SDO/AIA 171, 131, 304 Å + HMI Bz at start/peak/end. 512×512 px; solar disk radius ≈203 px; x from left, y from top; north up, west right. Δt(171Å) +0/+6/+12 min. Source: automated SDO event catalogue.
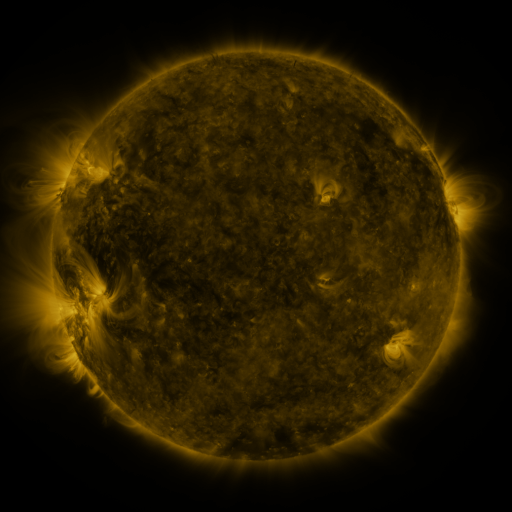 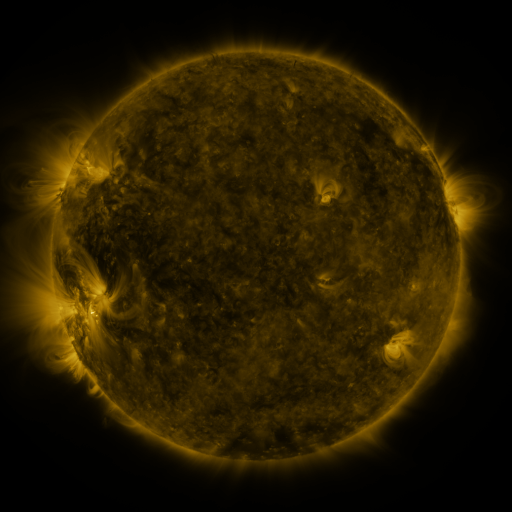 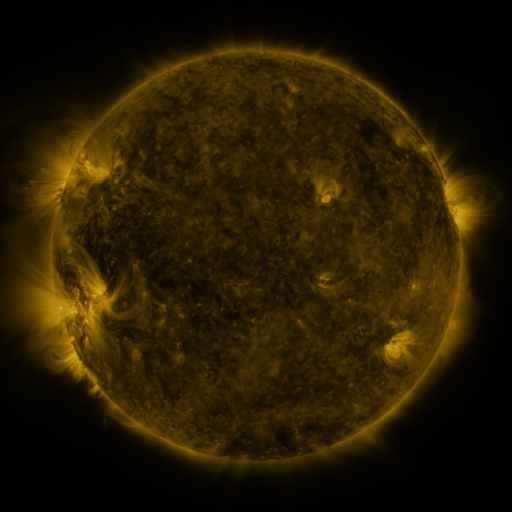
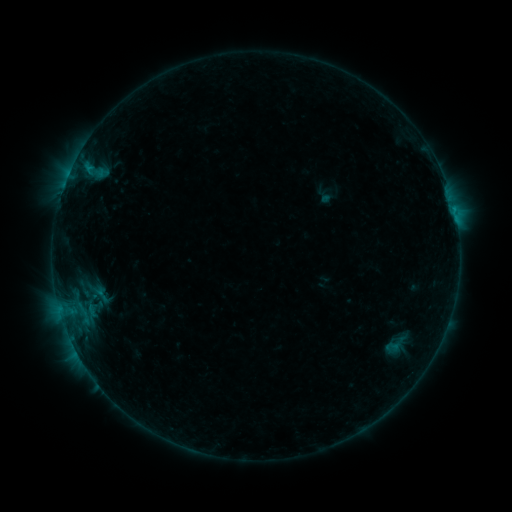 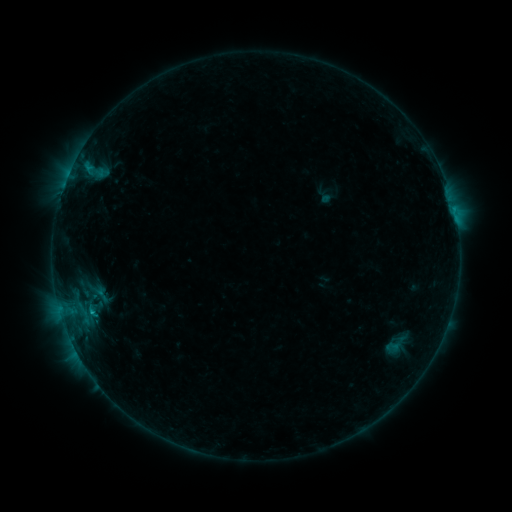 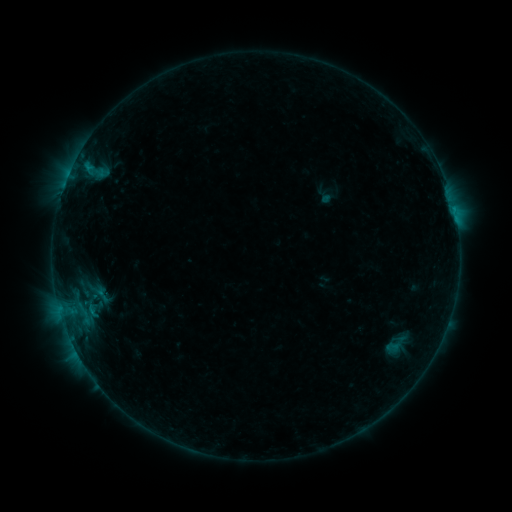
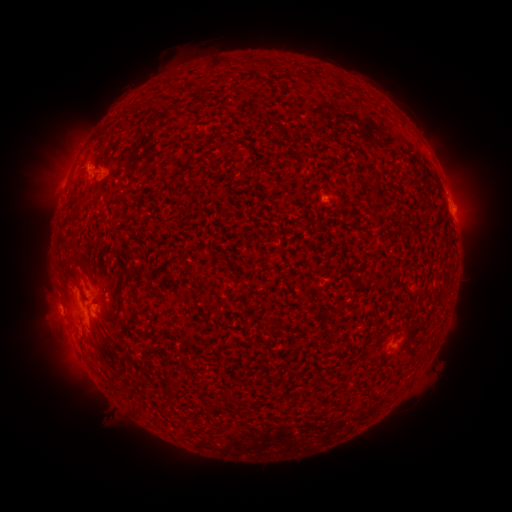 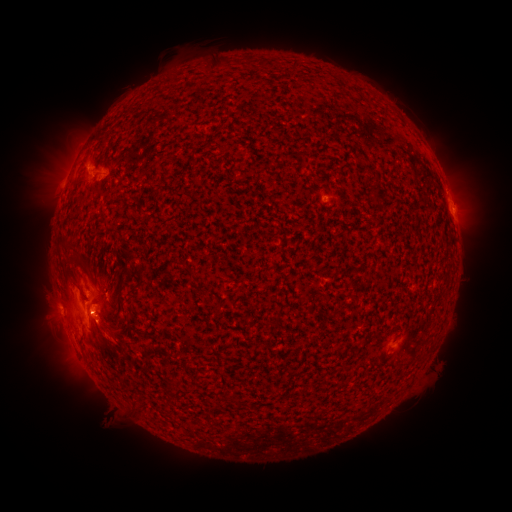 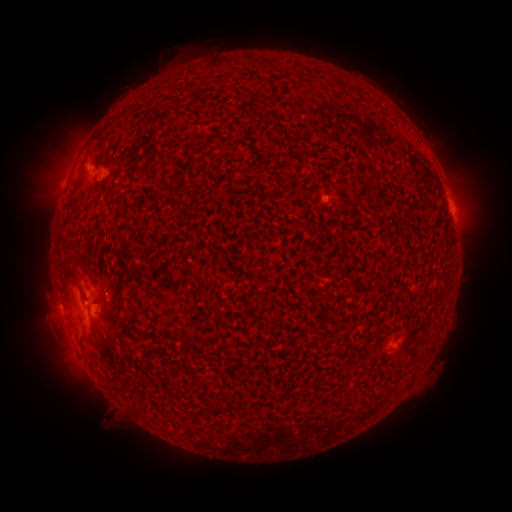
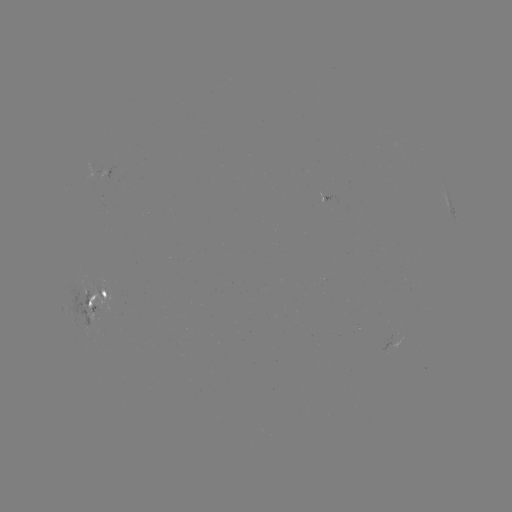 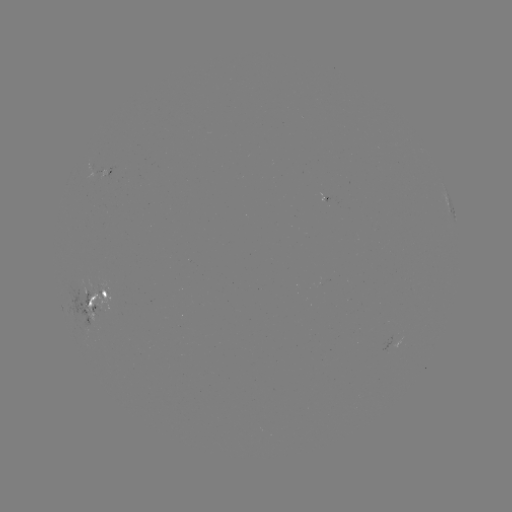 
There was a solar flare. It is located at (92, 309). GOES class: B6.2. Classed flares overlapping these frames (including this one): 1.